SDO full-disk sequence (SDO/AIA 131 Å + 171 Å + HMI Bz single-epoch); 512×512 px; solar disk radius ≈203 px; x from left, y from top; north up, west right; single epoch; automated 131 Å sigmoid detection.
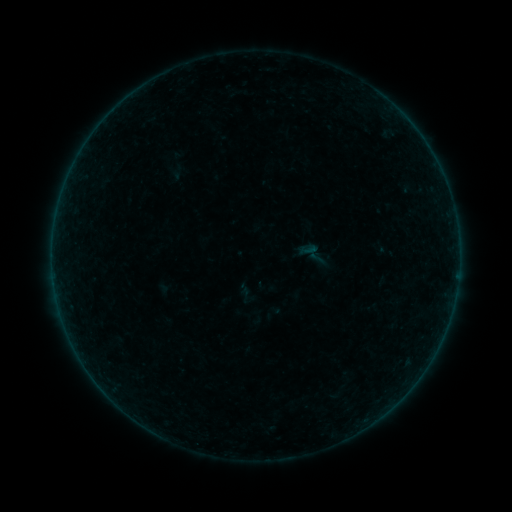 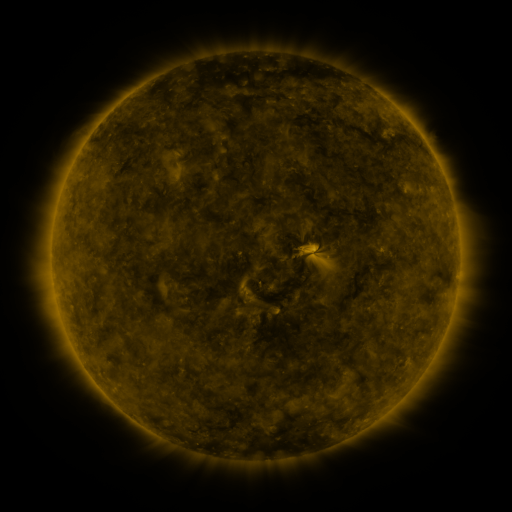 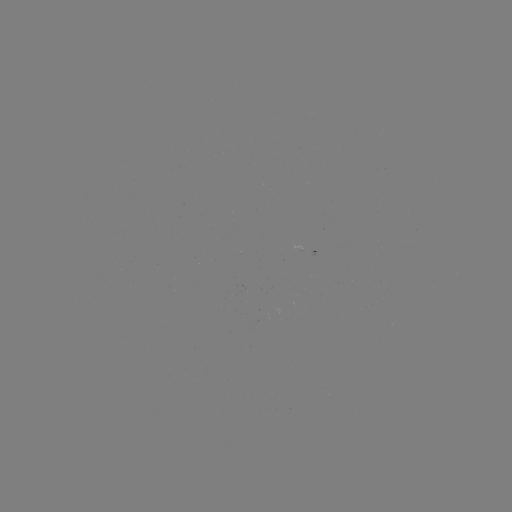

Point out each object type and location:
sigmoid: (309, 250)
sigmoid: (247, 296)
